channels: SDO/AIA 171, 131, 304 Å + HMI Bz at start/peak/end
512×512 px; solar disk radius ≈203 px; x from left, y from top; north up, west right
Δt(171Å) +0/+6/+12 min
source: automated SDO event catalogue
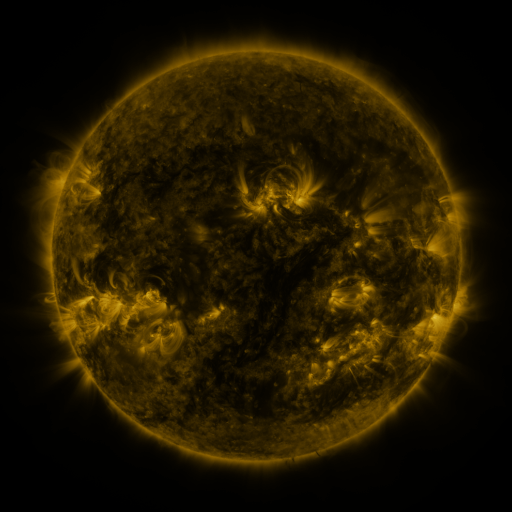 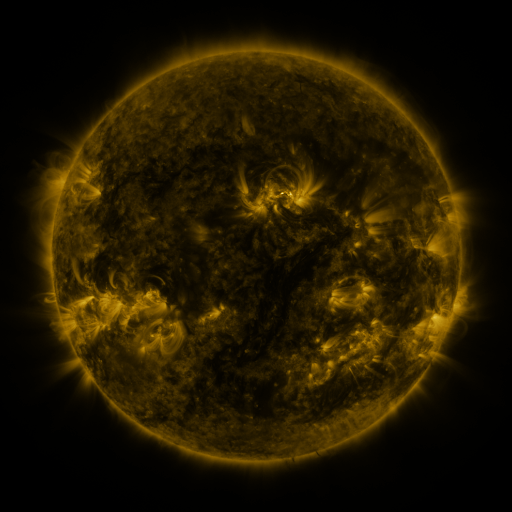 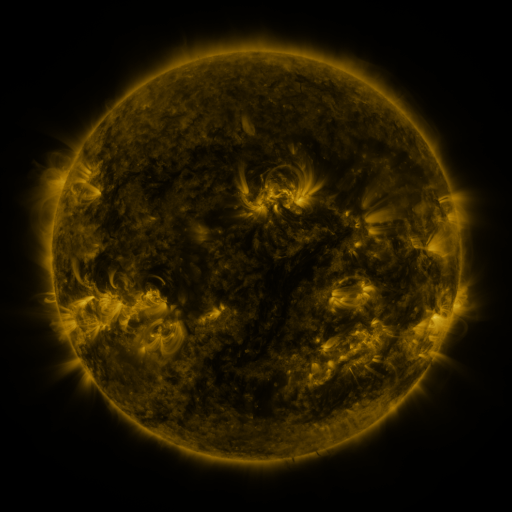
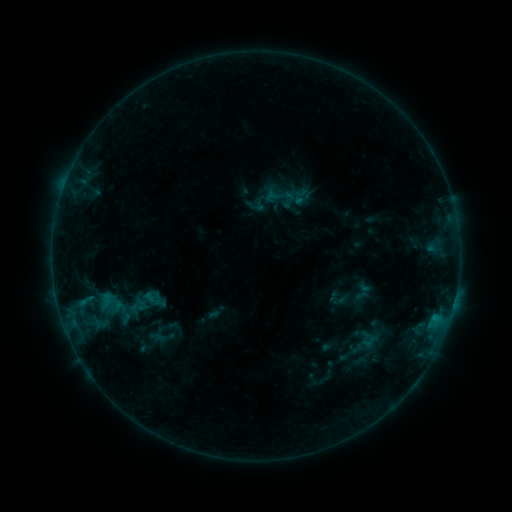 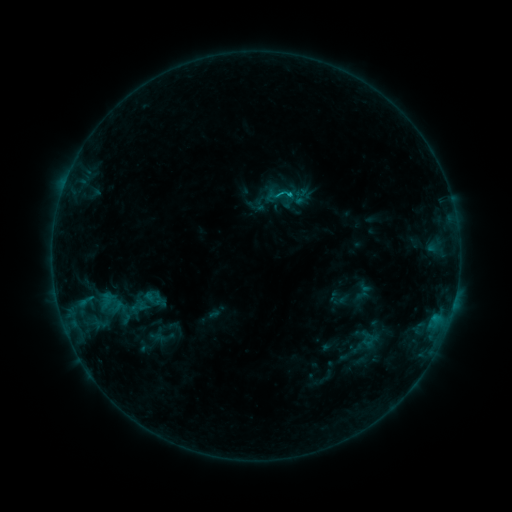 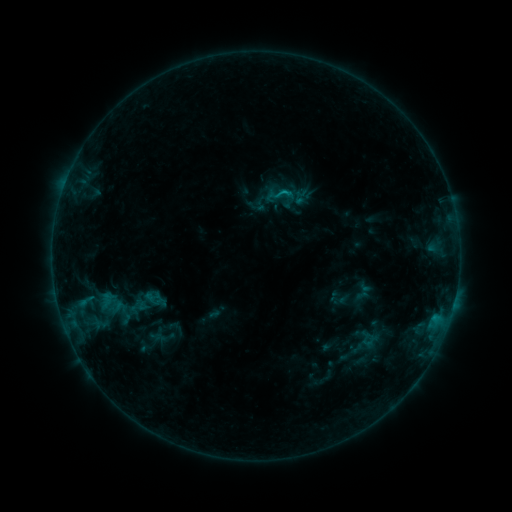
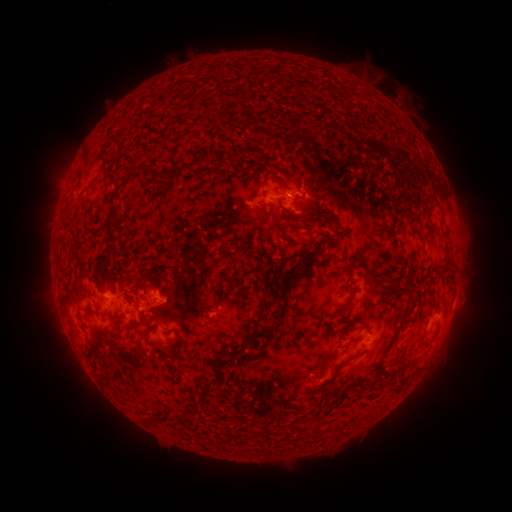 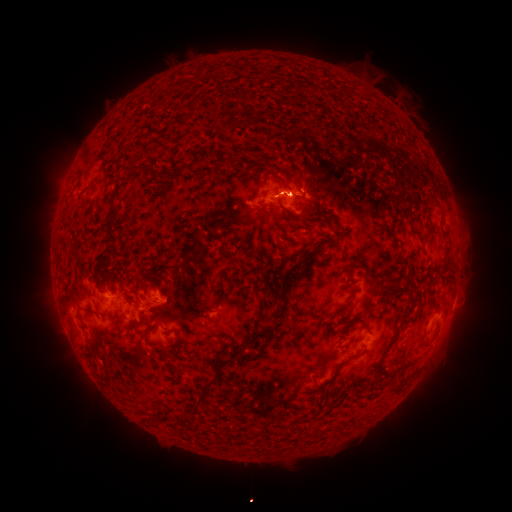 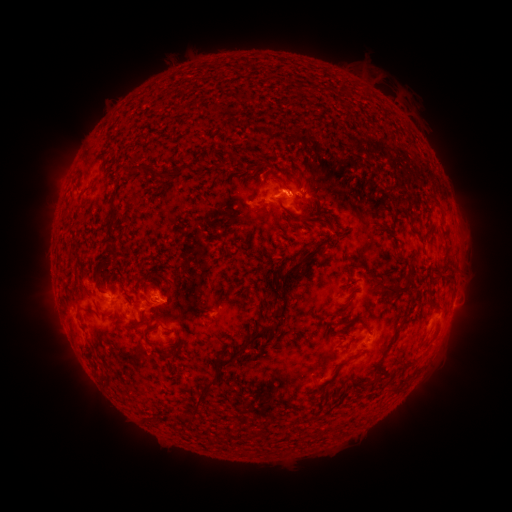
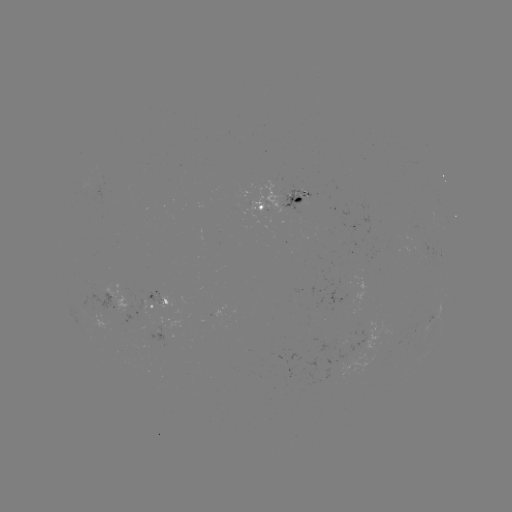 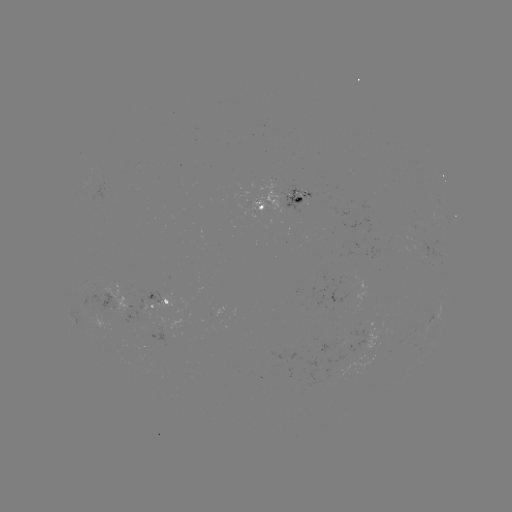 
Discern B8.3 flare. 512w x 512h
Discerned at (288, 195).